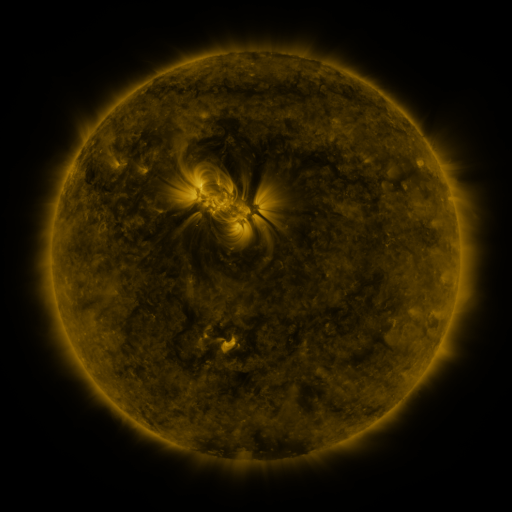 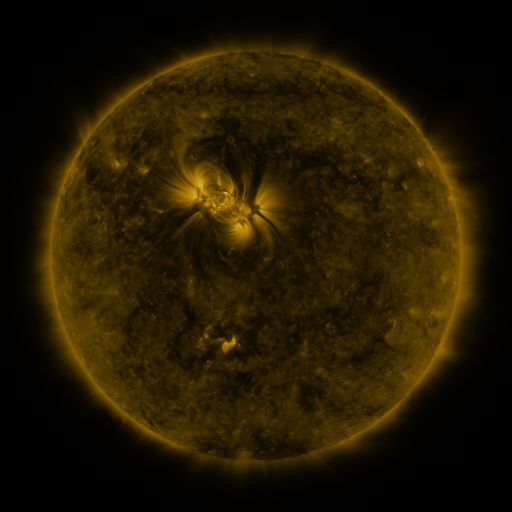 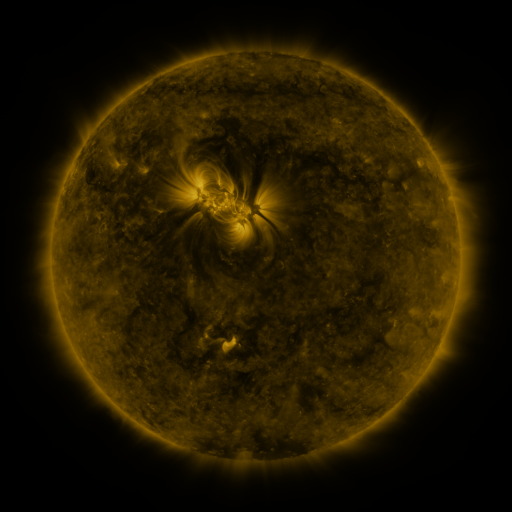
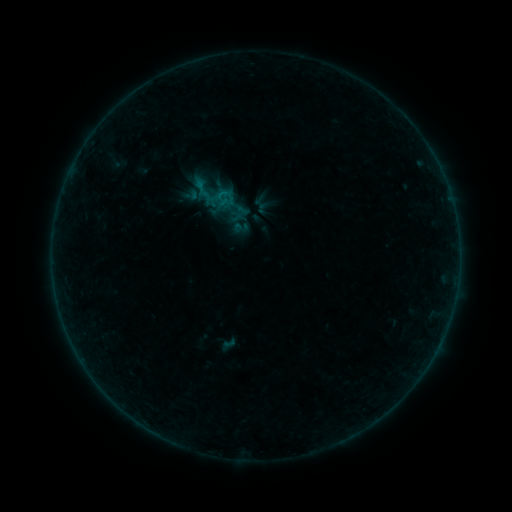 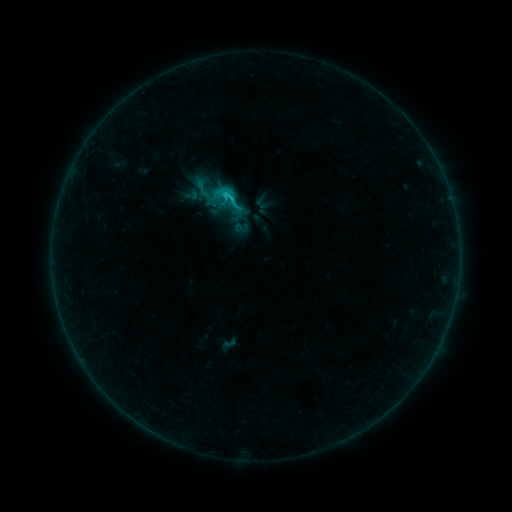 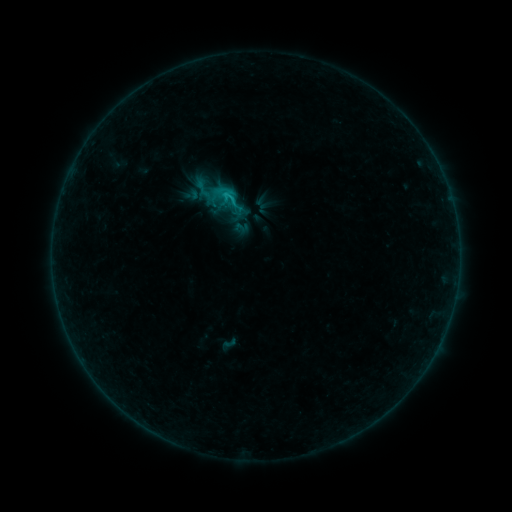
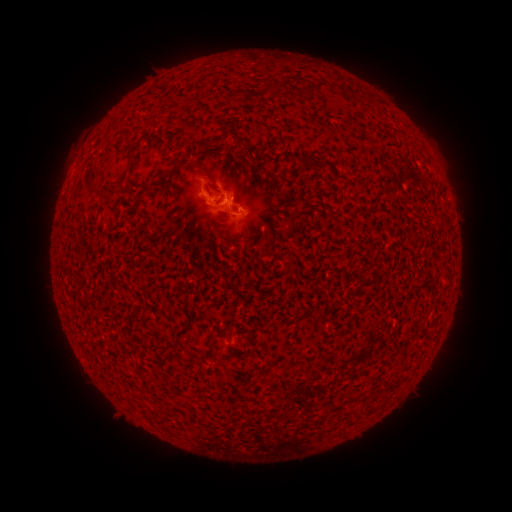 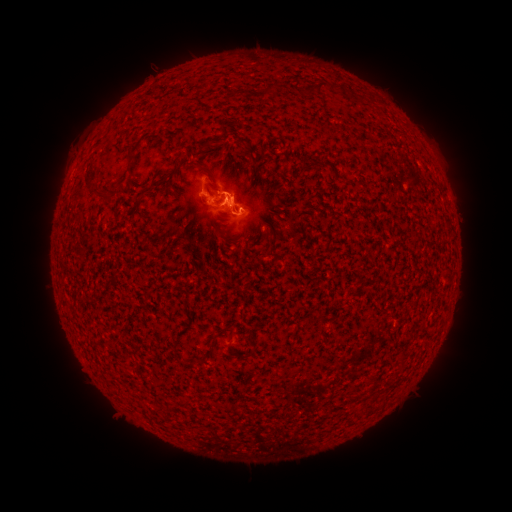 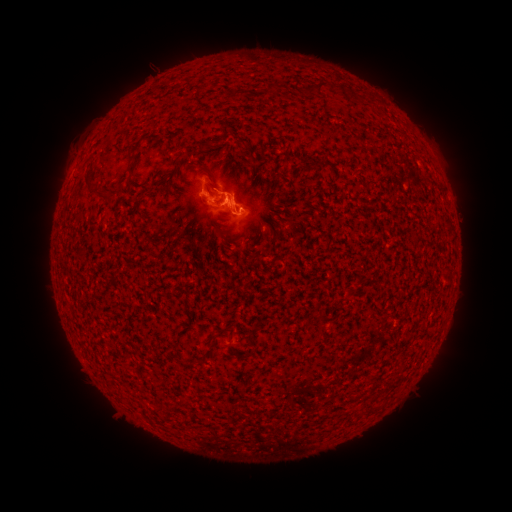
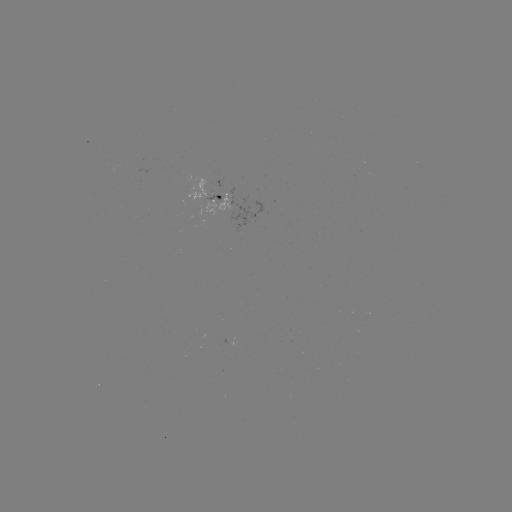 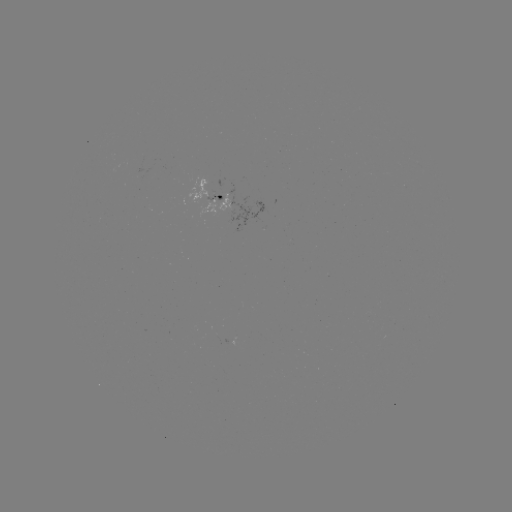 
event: flare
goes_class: C1.4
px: (229, 197)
